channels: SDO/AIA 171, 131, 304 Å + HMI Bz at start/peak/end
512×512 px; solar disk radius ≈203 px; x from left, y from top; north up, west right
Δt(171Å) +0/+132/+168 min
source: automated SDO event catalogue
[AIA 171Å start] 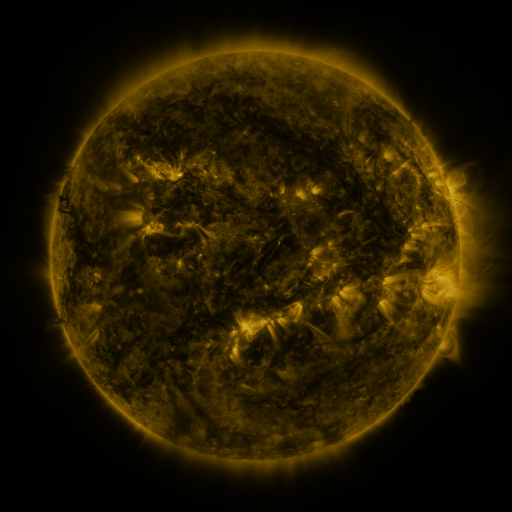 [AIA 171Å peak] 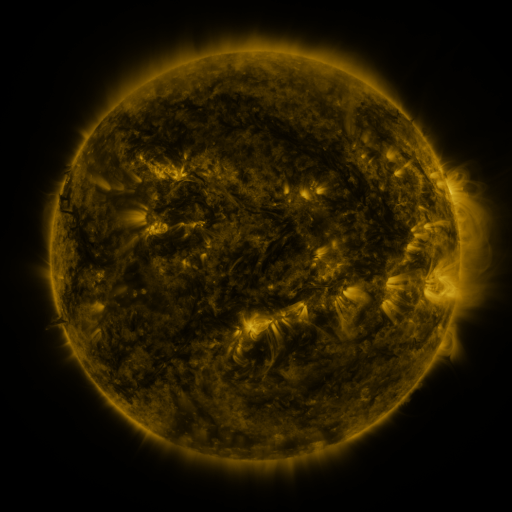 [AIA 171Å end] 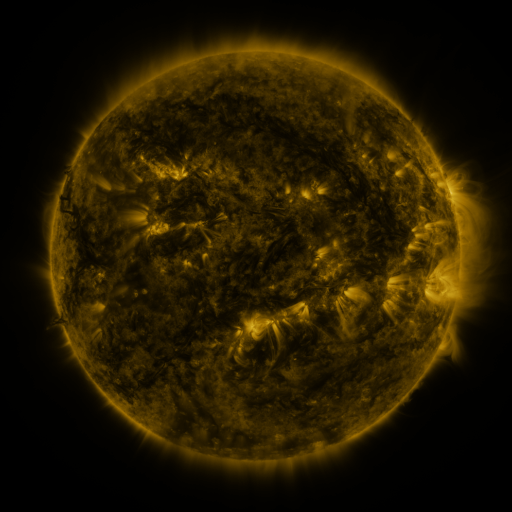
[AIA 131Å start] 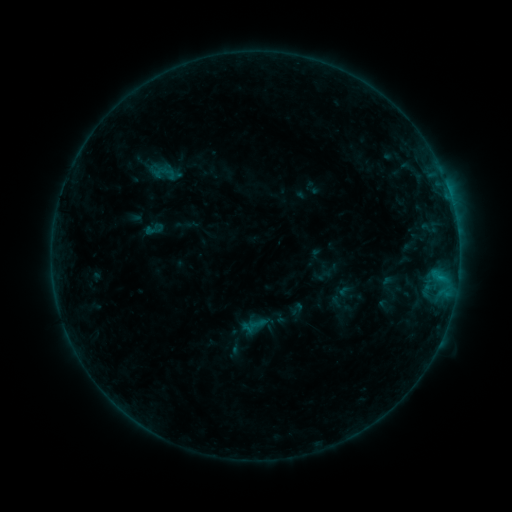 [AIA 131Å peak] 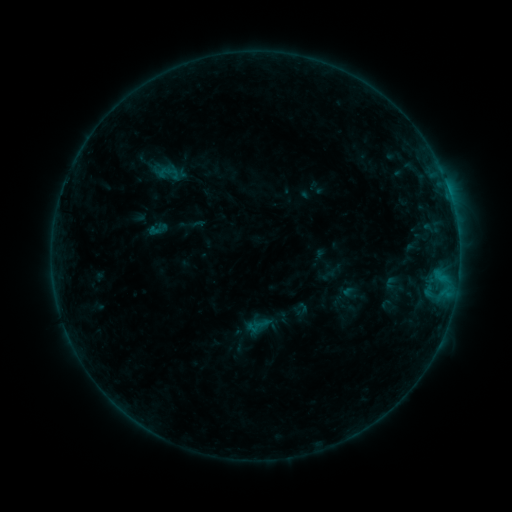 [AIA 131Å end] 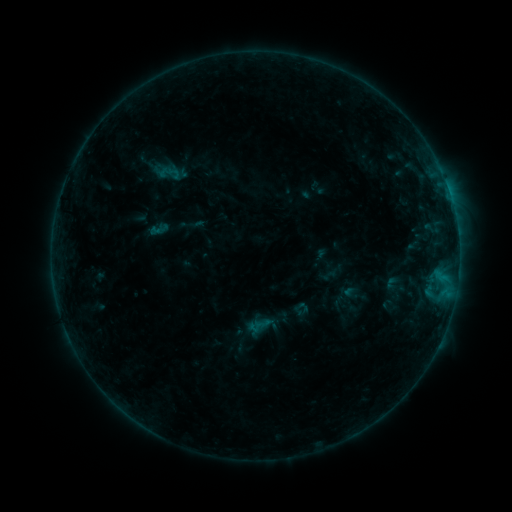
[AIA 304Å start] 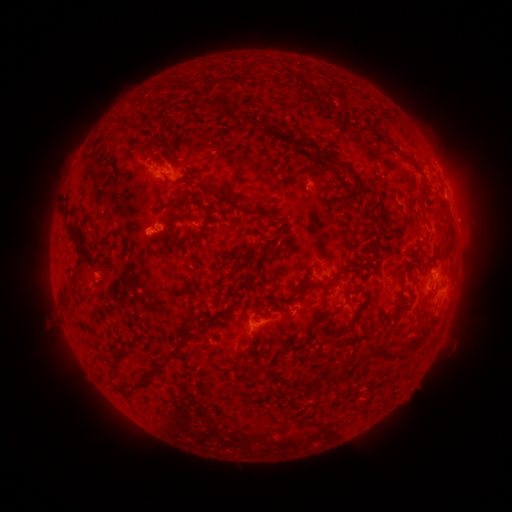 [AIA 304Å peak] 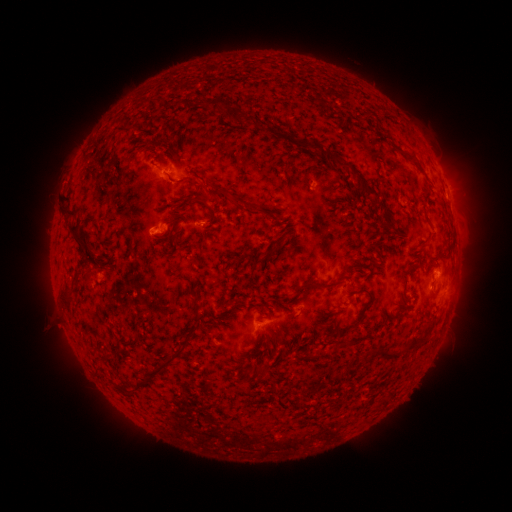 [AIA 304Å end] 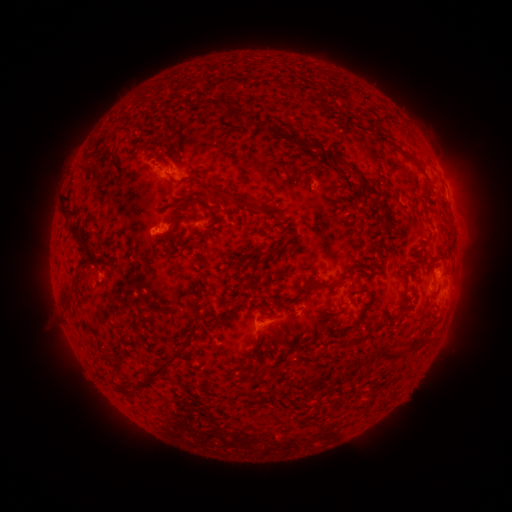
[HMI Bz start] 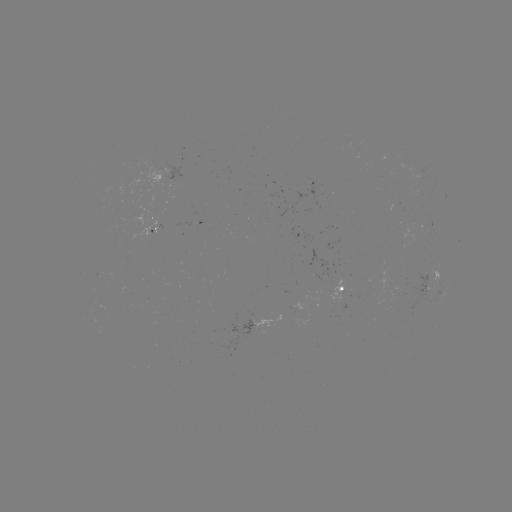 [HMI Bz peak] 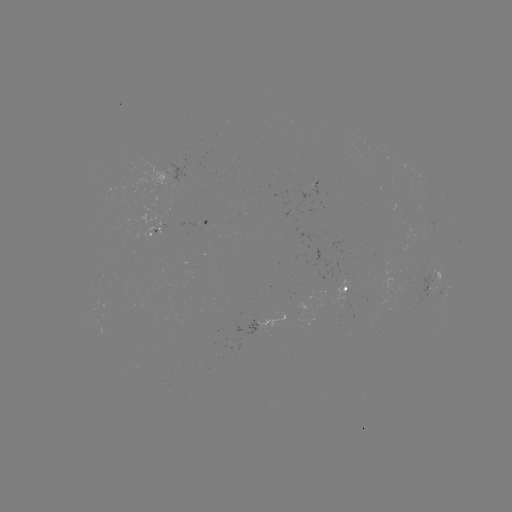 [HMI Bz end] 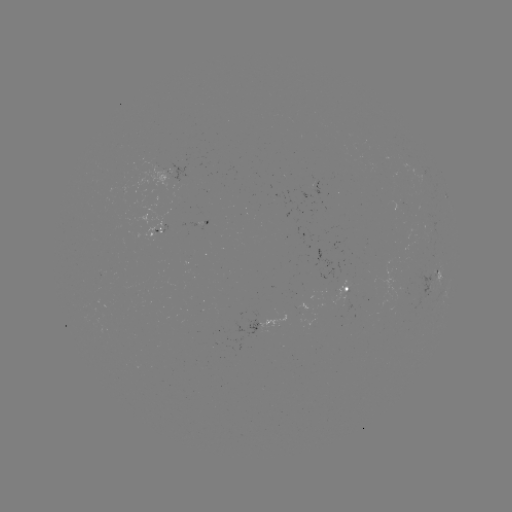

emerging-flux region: [339, 301, 353, 310]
